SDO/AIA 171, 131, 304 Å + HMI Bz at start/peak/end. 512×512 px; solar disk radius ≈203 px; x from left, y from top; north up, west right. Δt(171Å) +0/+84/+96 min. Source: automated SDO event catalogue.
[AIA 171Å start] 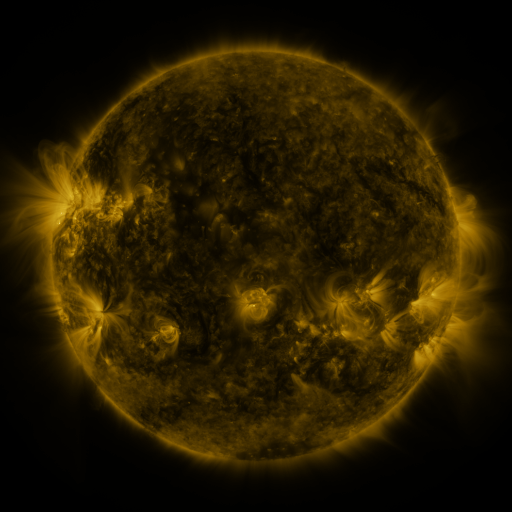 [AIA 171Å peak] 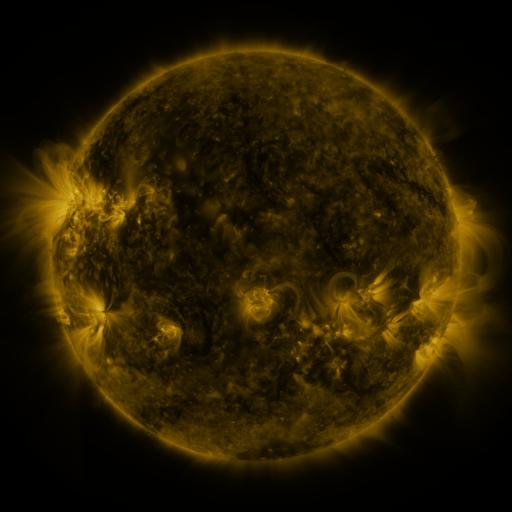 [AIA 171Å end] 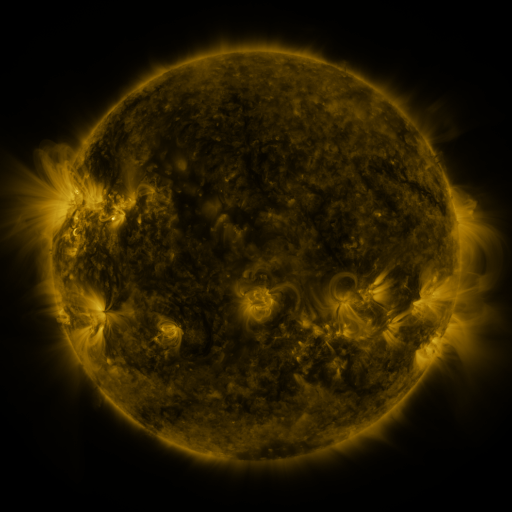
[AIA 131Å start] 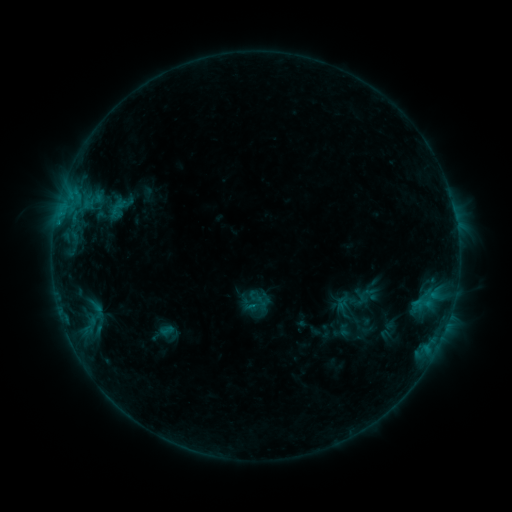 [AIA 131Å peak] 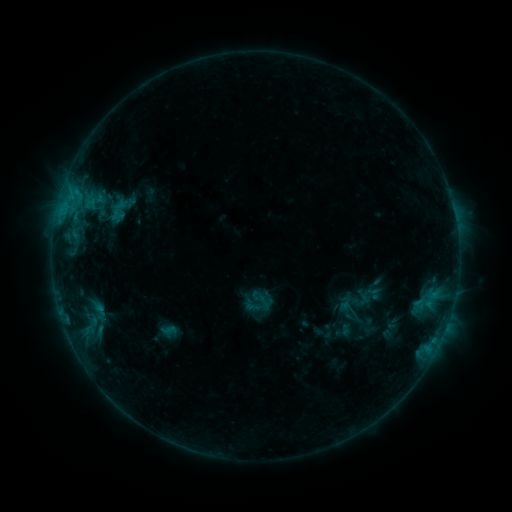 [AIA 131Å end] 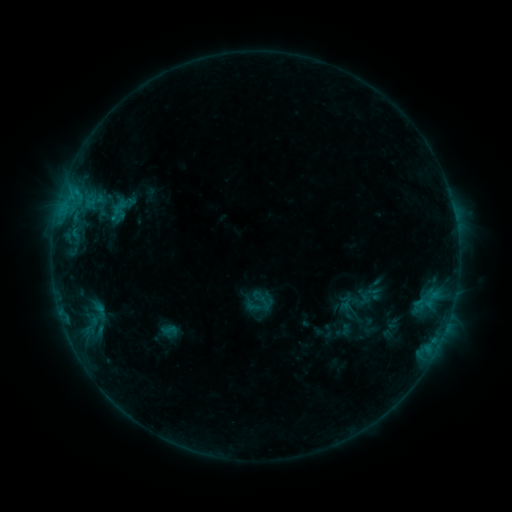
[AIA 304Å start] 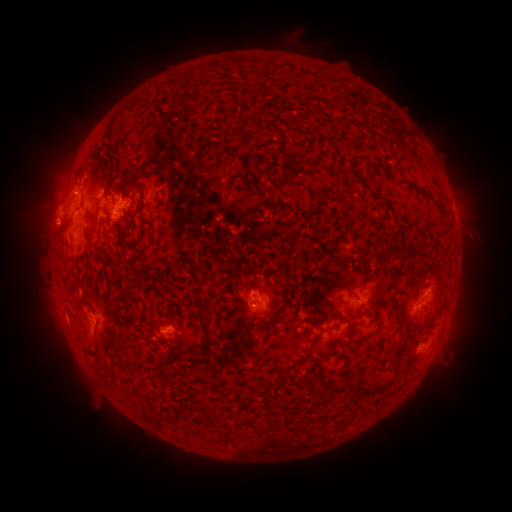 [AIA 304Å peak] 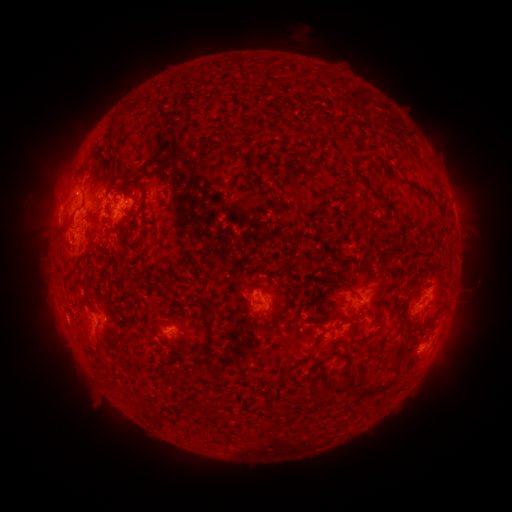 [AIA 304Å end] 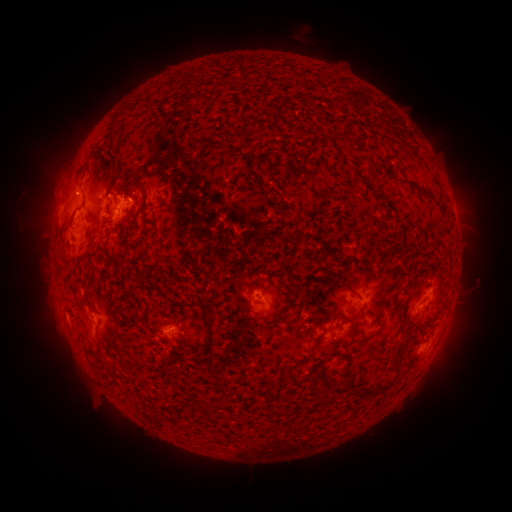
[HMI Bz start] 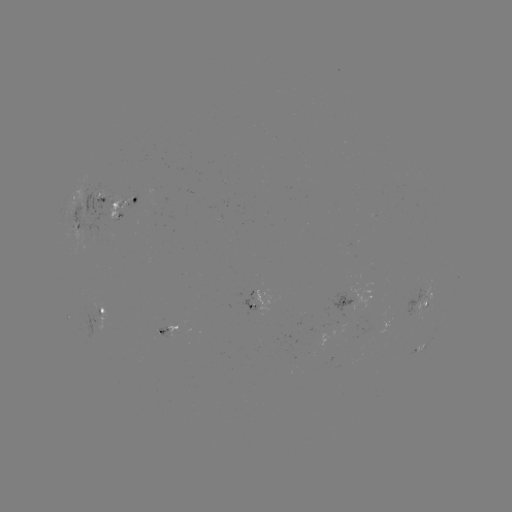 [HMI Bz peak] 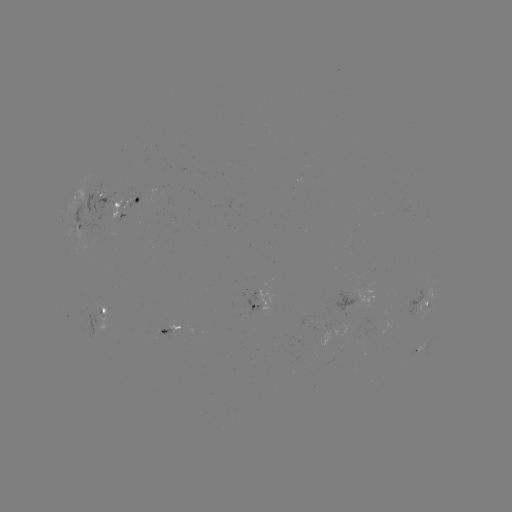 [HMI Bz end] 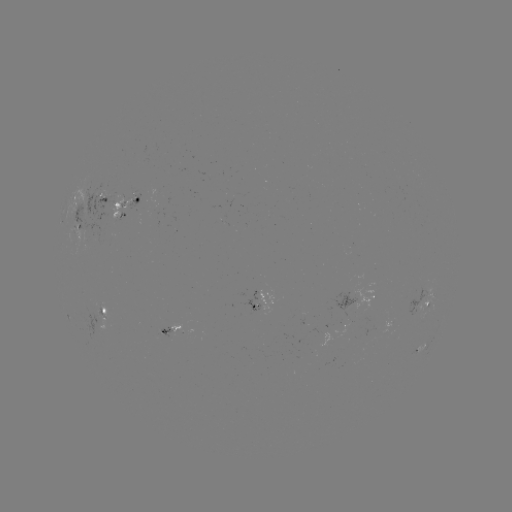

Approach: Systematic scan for emerging-flux region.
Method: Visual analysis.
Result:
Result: emerging-flux region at [169, 333].